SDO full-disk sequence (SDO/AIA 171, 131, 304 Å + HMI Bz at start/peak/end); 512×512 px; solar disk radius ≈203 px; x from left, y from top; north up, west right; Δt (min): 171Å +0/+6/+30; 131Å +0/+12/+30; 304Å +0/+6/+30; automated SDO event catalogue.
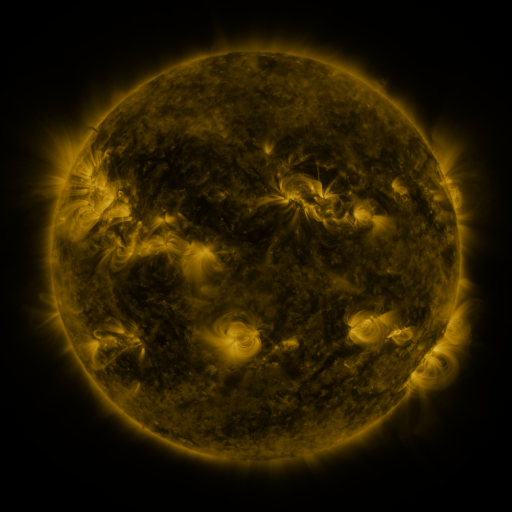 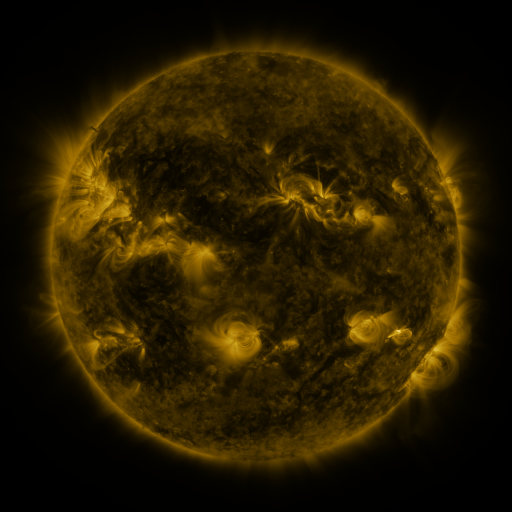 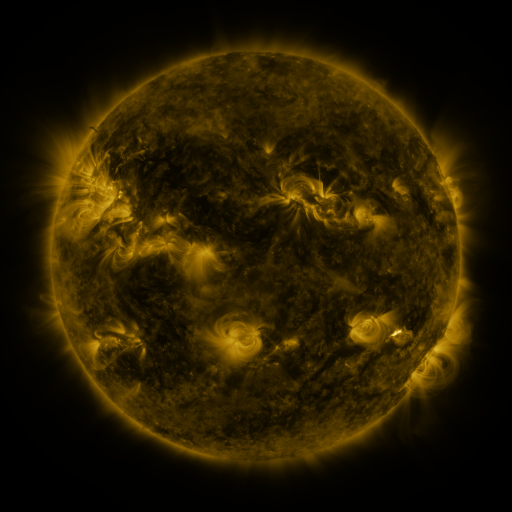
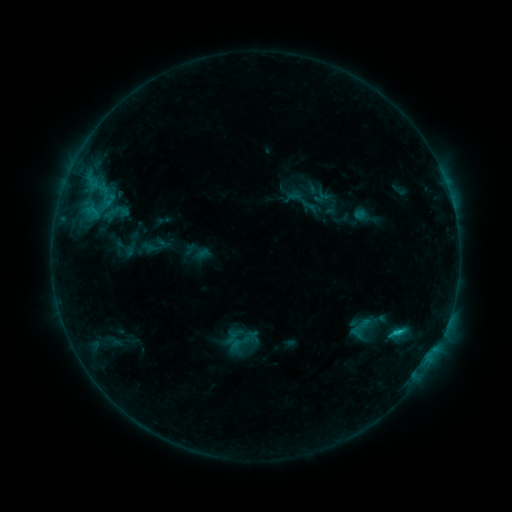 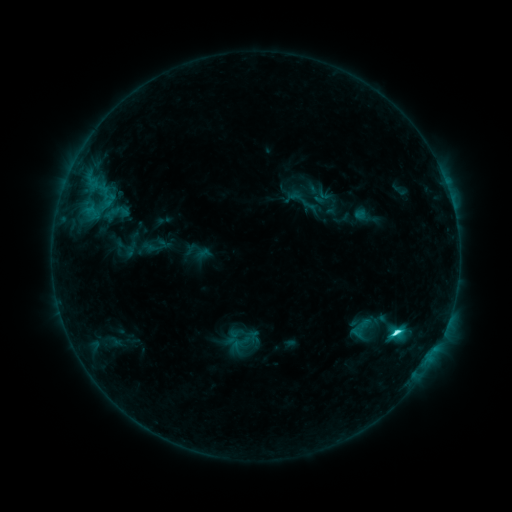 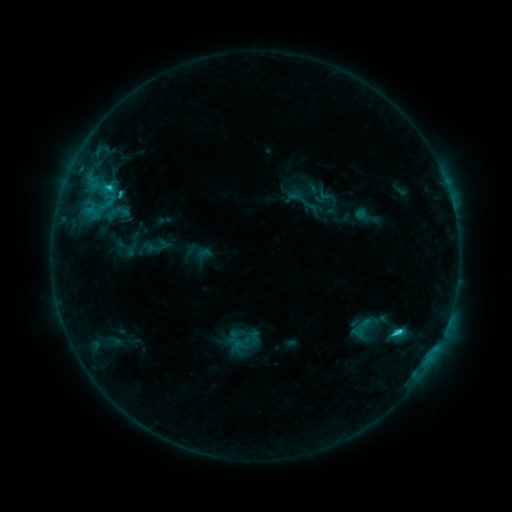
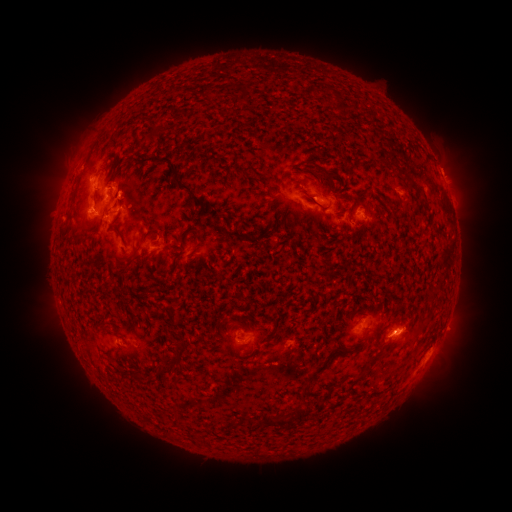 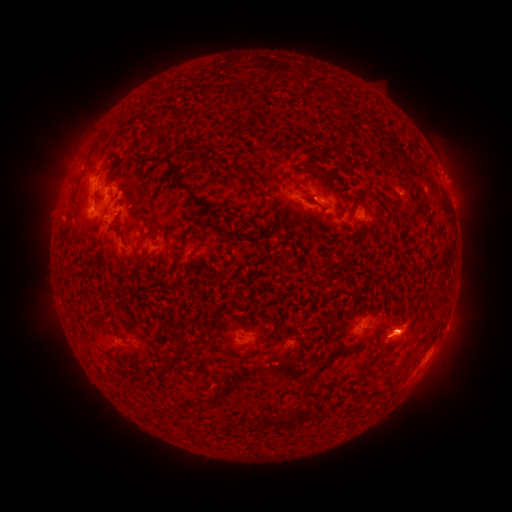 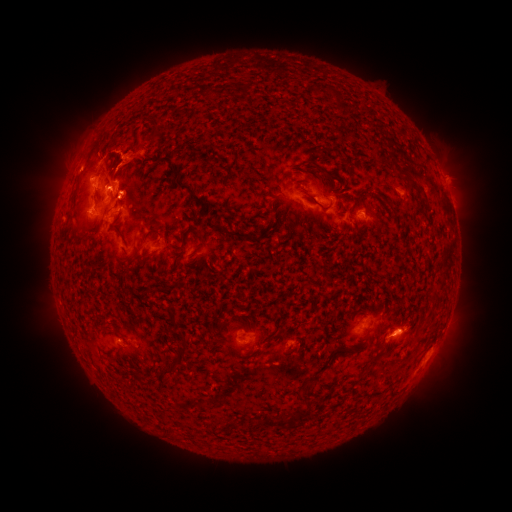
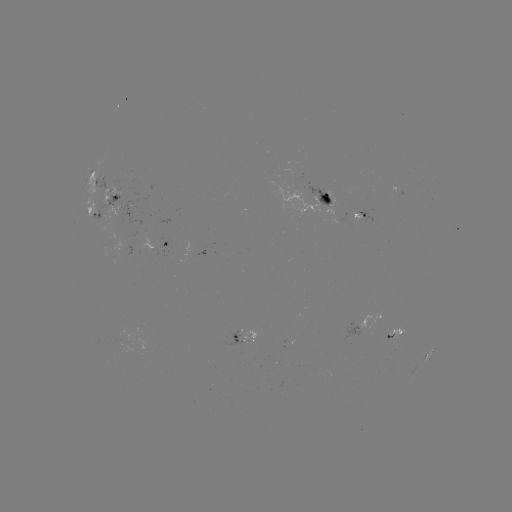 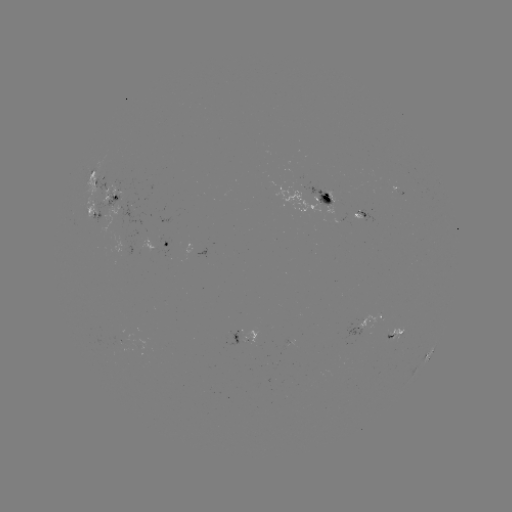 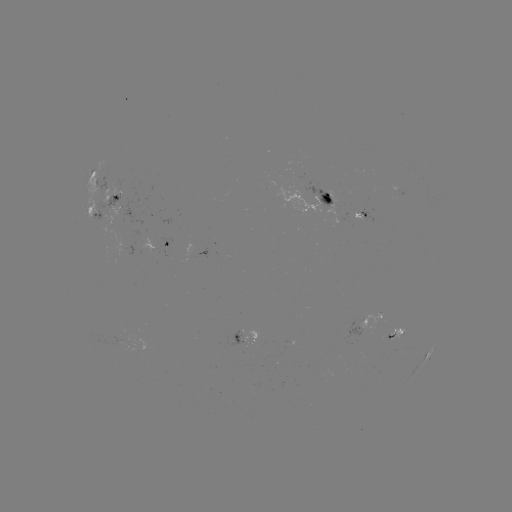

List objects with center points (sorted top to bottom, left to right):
C4.2 flare: (393, 332)
